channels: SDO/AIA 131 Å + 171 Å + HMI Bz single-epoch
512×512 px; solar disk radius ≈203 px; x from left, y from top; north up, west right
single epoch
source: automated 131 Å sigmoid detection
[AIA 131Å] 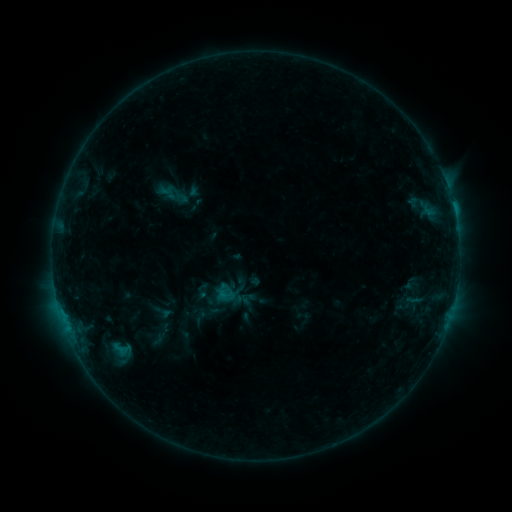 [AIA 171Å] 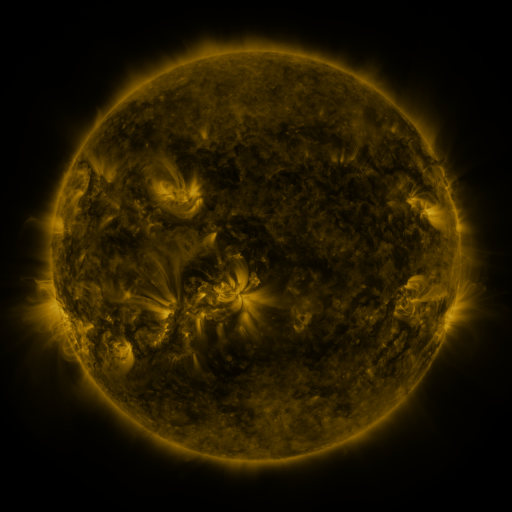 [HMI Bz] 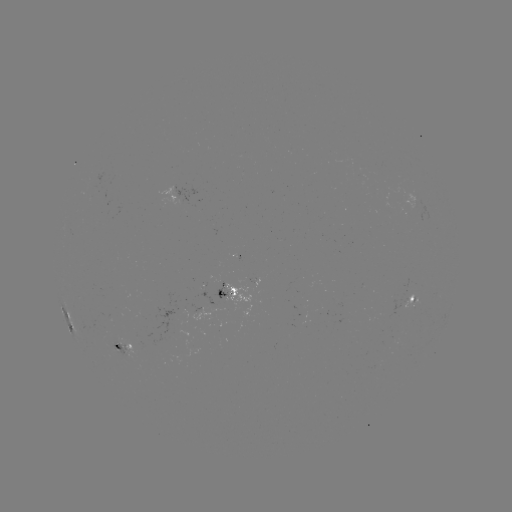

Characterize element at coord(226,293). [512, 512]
sigmoid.